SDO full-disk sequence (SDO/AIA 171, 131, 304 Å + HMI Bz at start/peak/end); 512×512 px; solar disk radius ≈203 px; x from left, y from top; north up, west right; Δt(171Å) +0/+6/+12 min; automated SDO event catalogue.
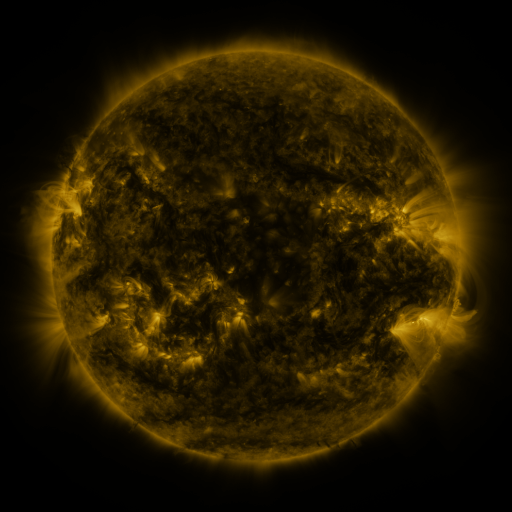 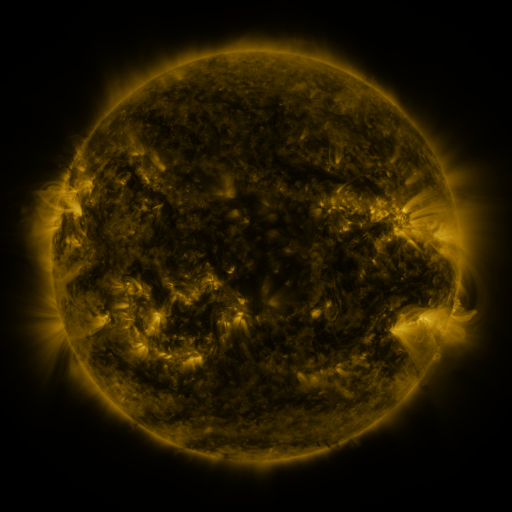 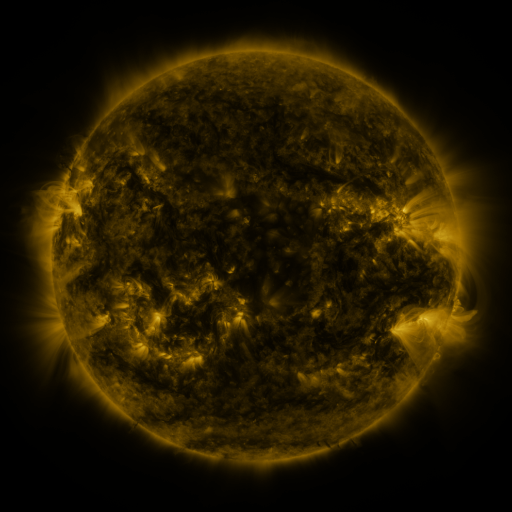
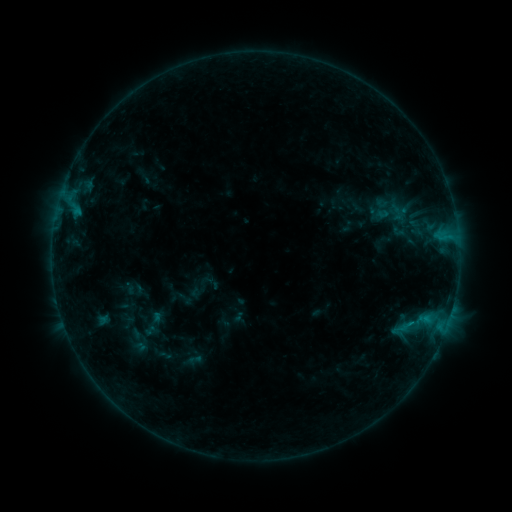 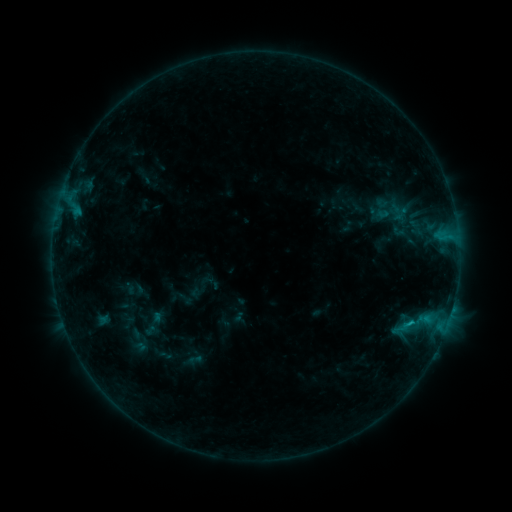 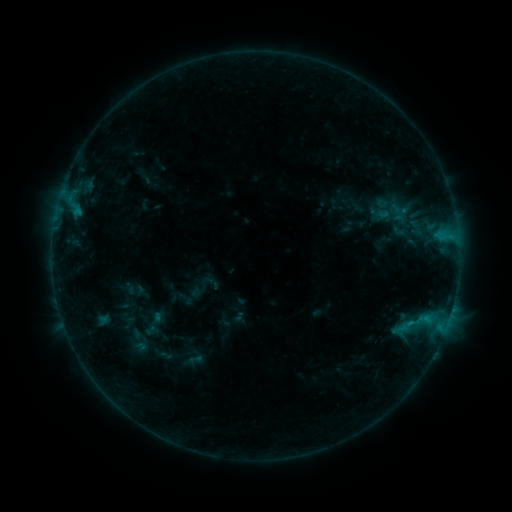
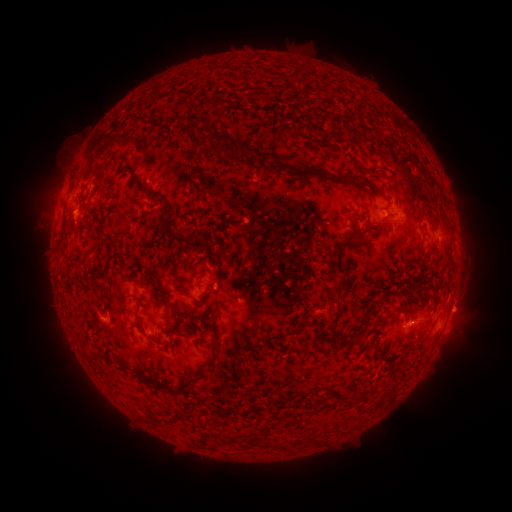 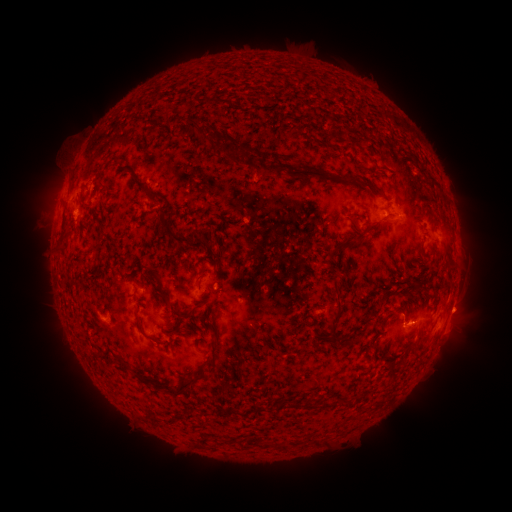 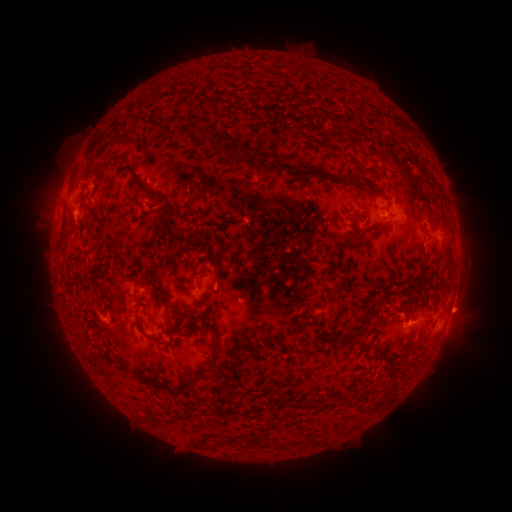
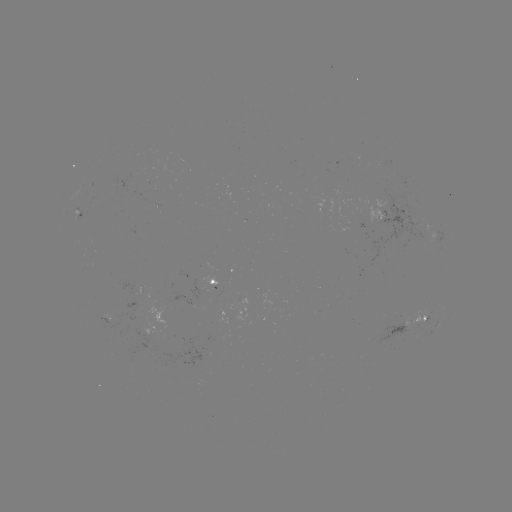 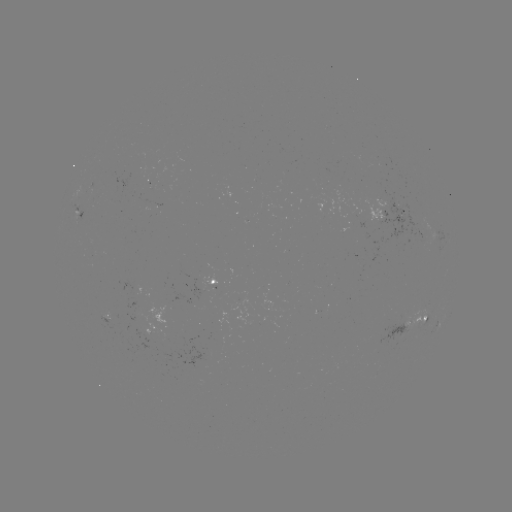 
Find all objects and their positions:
B5.3 flare: (409, 320)
